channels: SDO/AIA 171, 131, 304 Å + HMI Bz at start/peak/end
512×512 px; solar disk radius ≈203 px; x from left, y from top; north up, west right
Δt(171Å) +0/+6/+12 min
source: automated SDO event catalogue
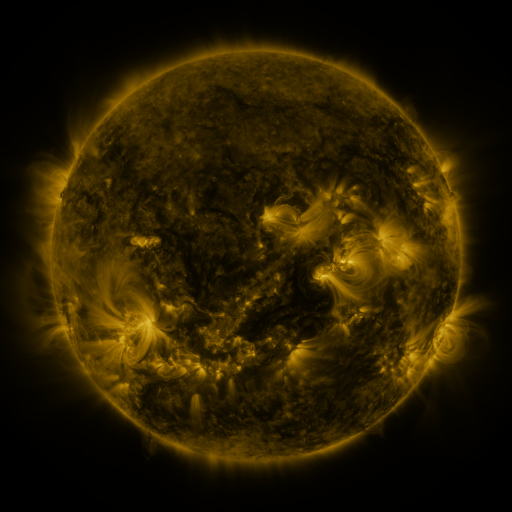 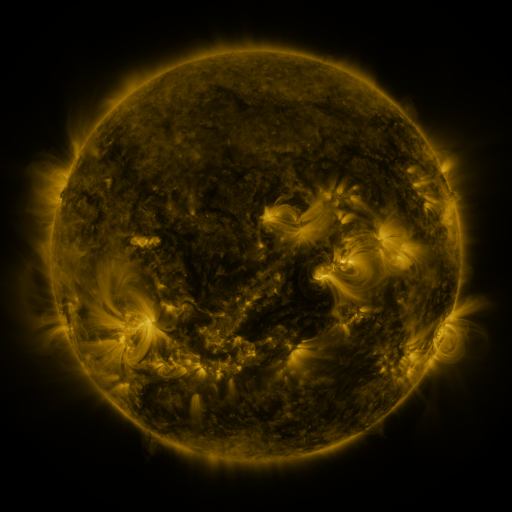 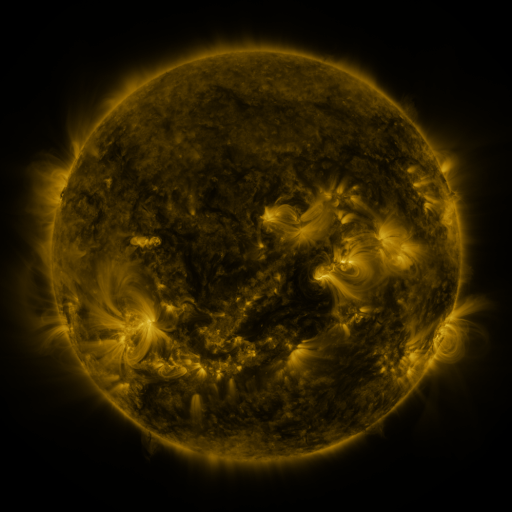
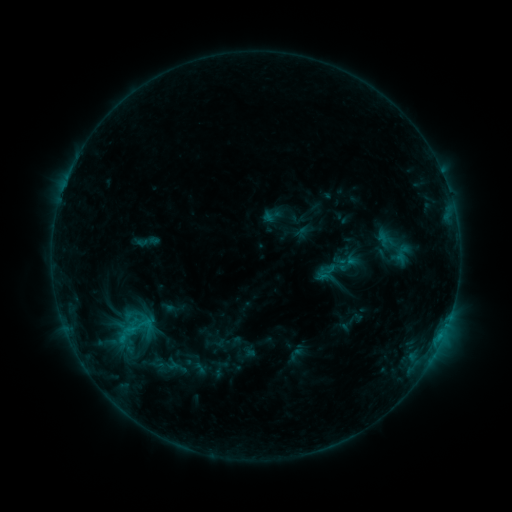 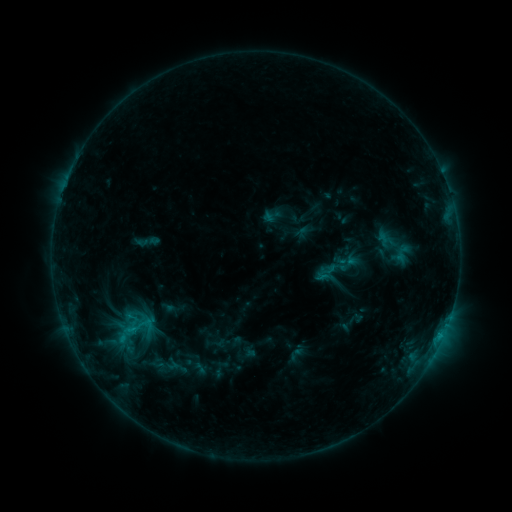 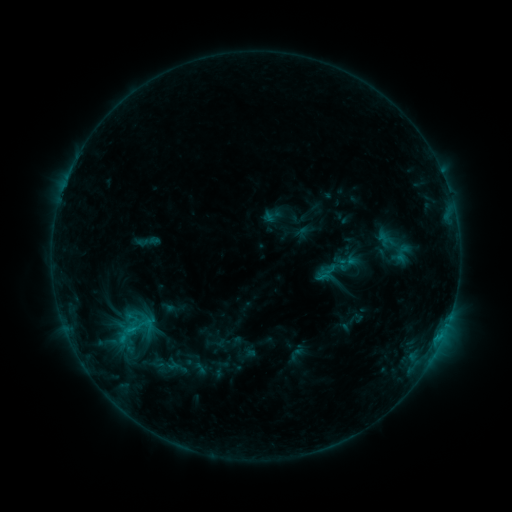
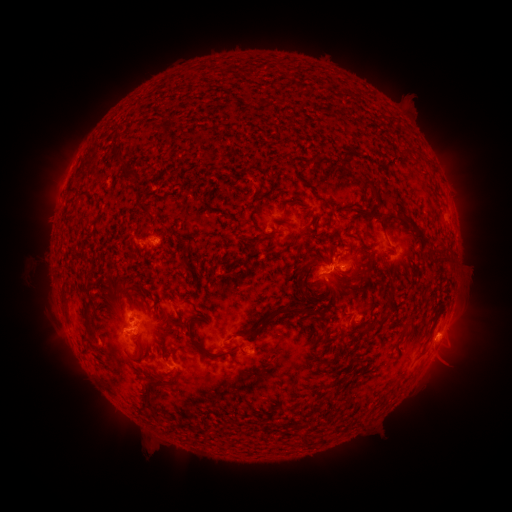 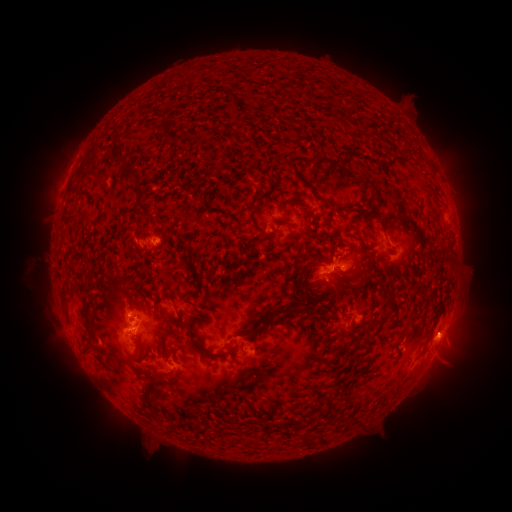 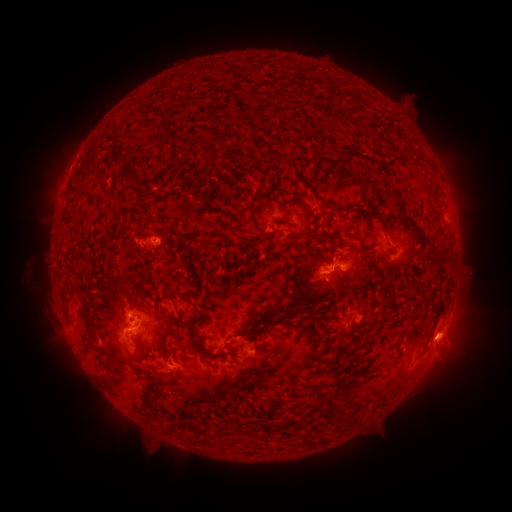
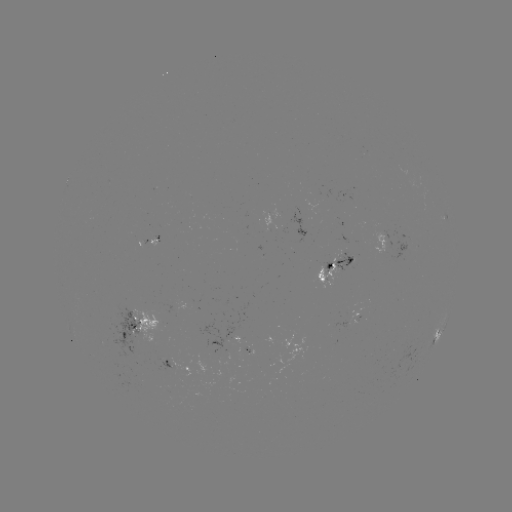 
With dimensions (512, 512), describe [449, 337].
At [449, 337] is eruption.